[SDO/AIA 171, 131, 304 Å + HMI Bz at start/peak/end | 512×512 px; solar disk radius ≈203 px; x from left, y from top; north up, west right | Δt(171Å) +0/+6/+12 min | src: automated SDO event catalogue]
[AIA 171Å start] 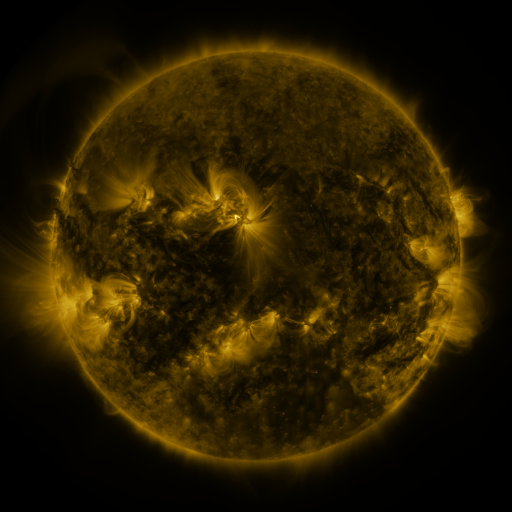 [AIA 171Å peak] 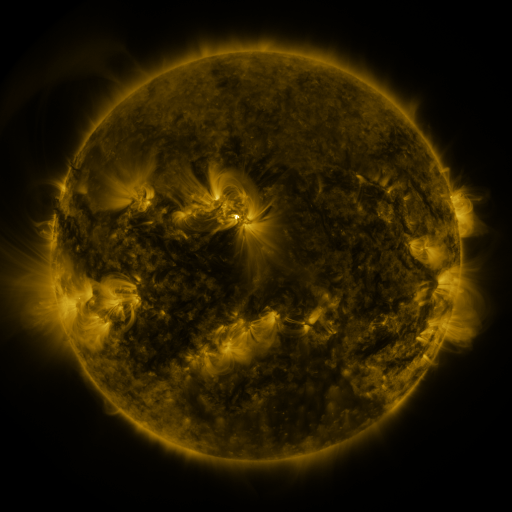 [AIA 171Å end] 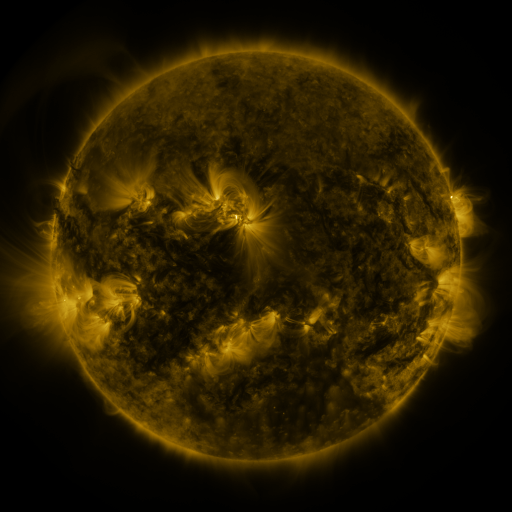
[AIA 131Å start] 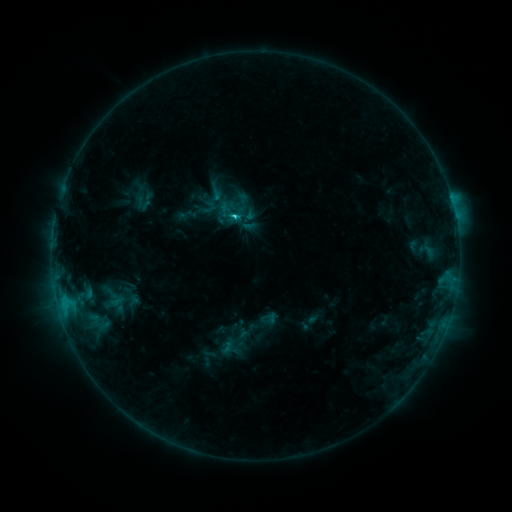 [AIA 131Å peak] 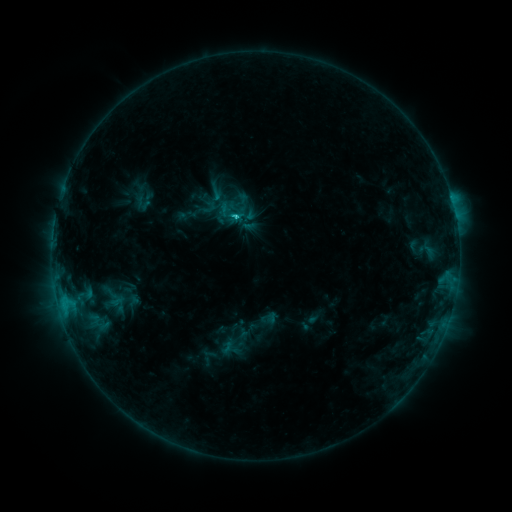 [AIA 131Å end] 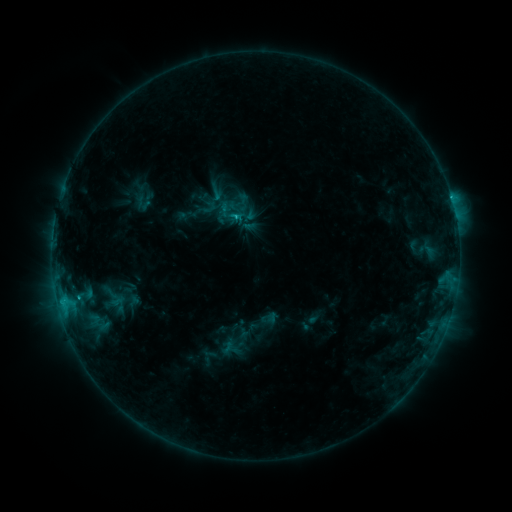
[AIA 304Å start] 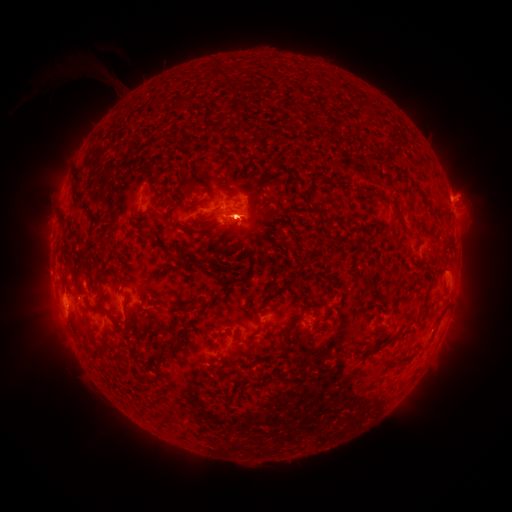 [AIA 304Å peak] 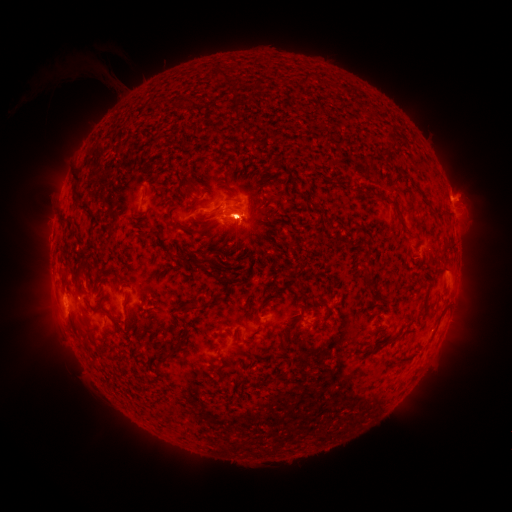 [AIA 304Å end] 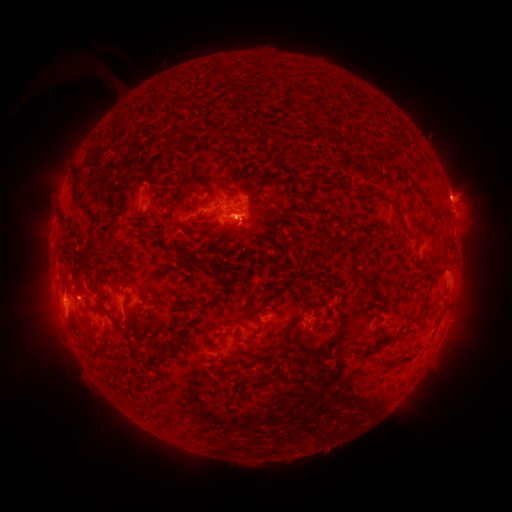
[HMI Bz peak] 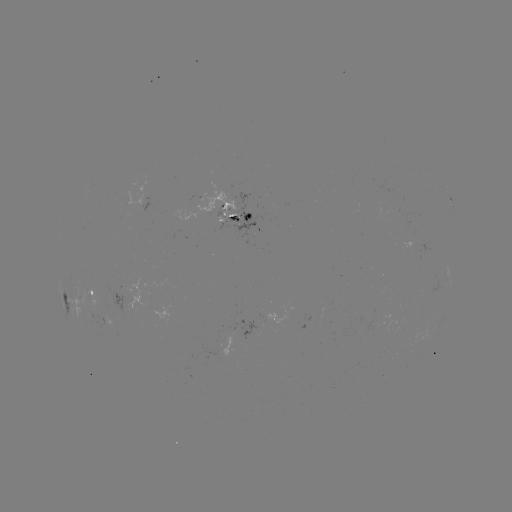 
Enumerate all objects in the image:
C2.6 flare: (238, 218)
